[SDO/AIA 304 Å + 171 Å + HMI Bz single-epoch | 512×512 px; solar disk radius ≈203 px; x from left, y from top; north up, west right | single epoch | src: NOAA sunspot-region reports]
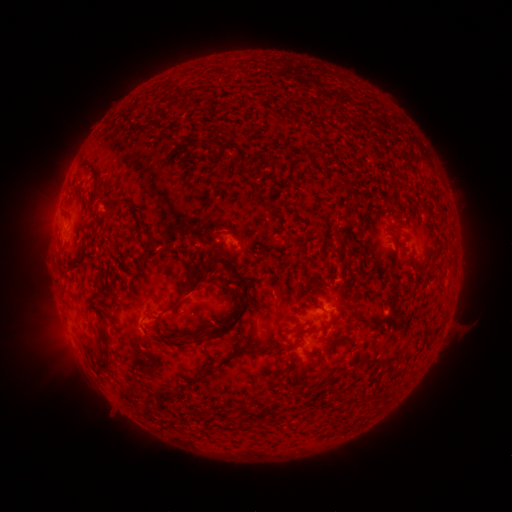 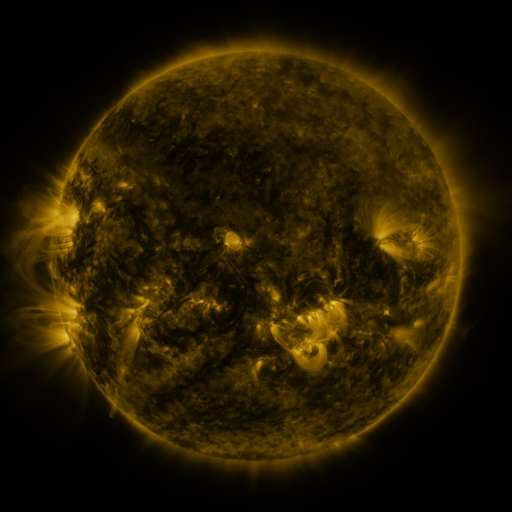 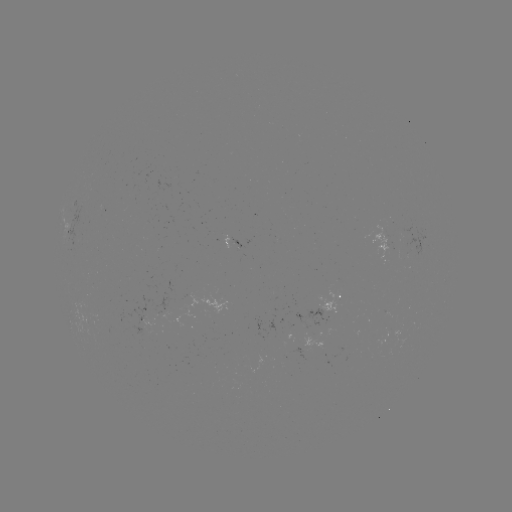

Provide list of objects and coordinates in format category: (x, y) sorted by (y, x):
spotted active region: (71, 232)
spotted active region: (389, 242)
spotted active region: (238, 245)
spotted active region: (334, 304)
